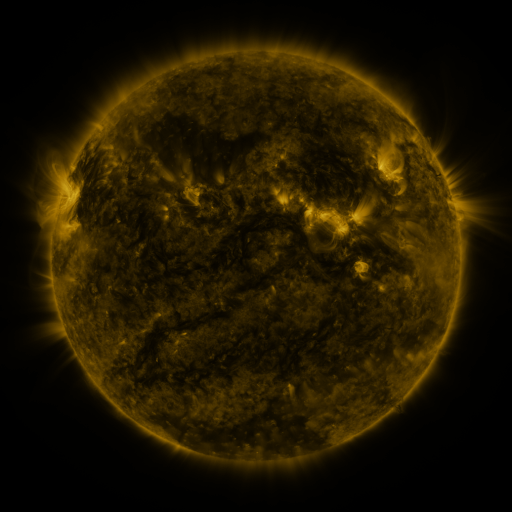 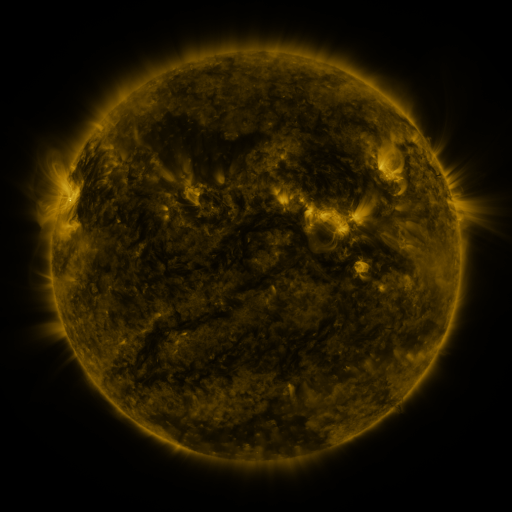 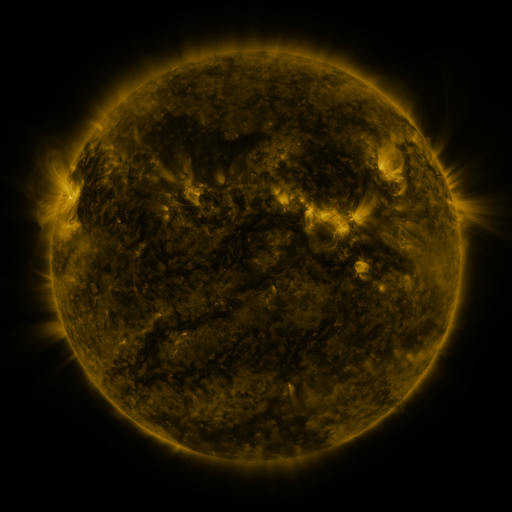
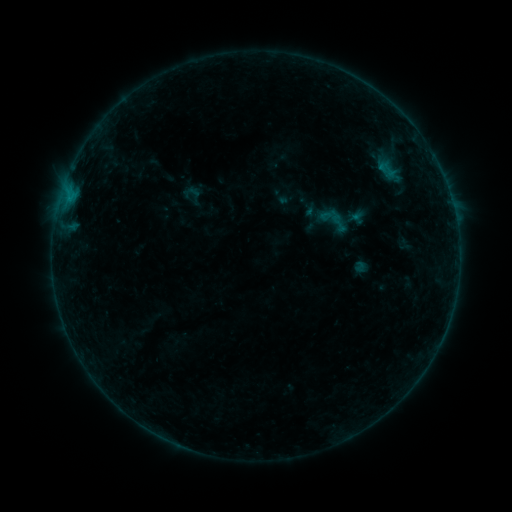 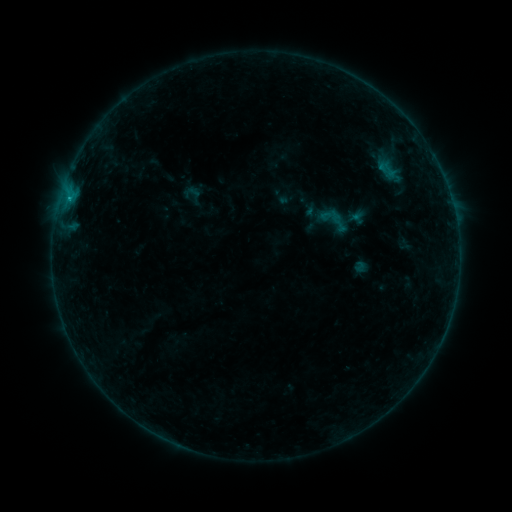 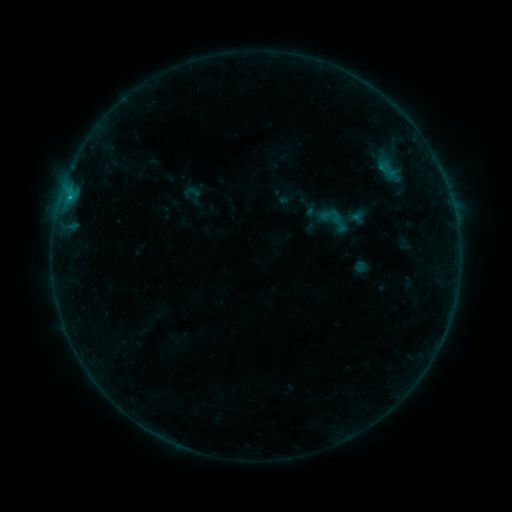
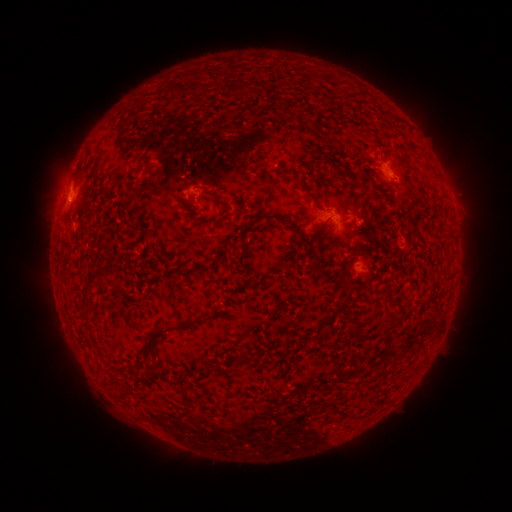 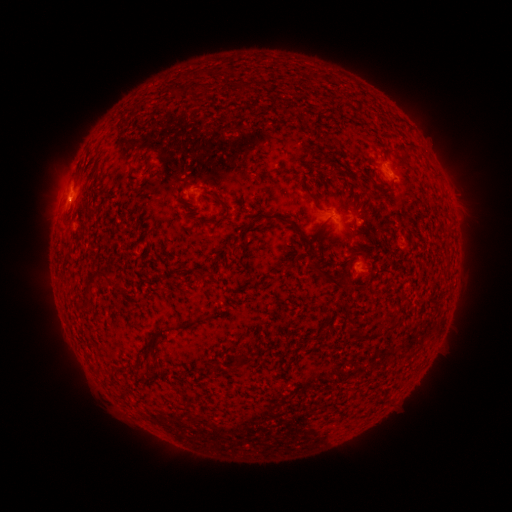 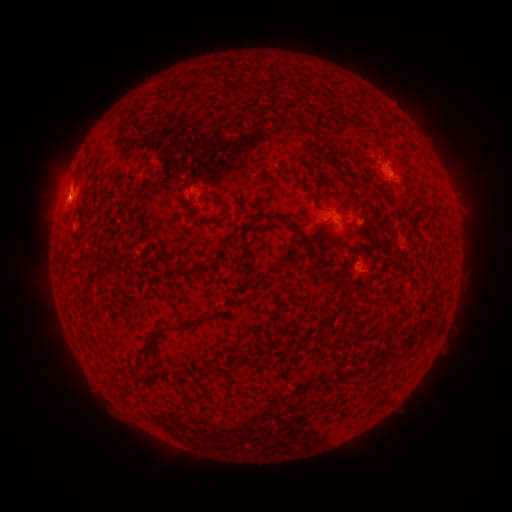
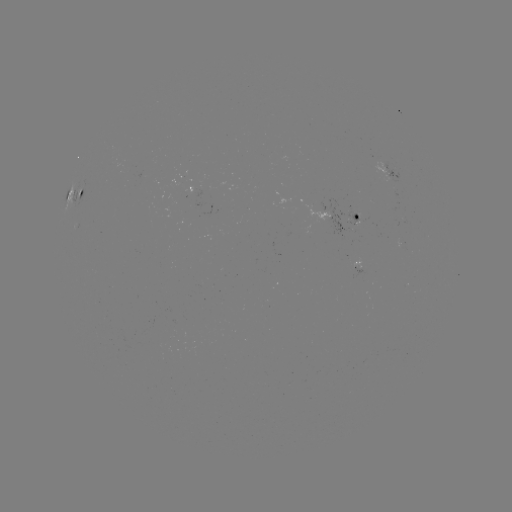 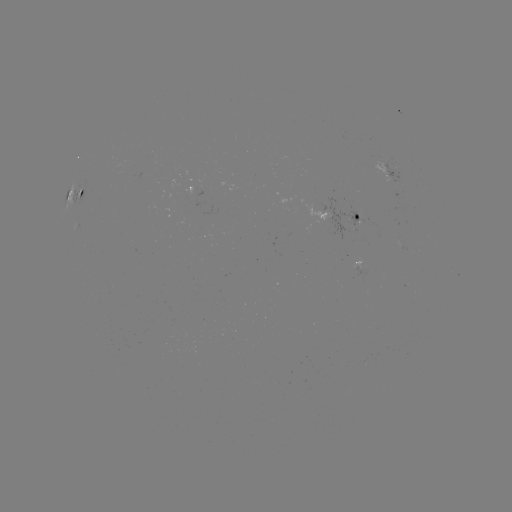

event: flare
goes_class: B3.5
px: (70, 198)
